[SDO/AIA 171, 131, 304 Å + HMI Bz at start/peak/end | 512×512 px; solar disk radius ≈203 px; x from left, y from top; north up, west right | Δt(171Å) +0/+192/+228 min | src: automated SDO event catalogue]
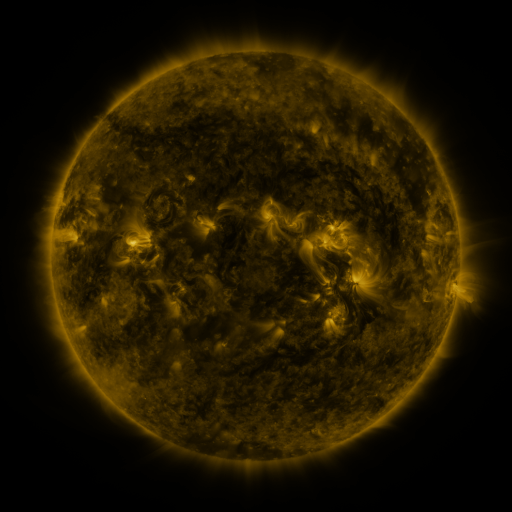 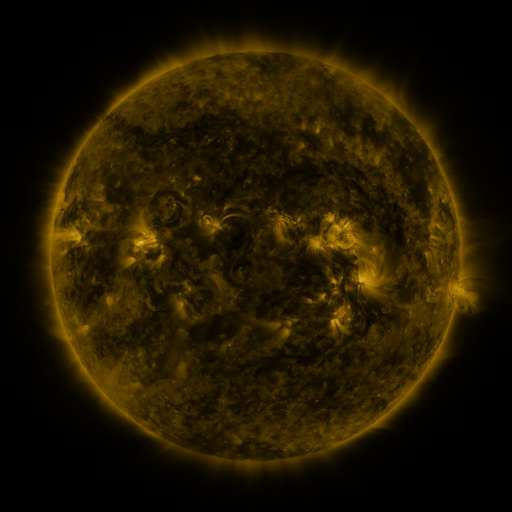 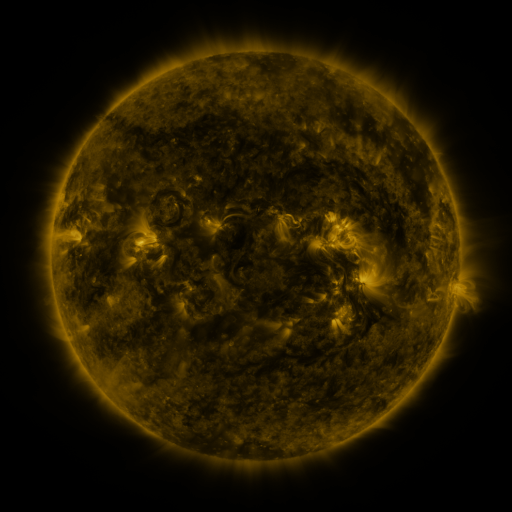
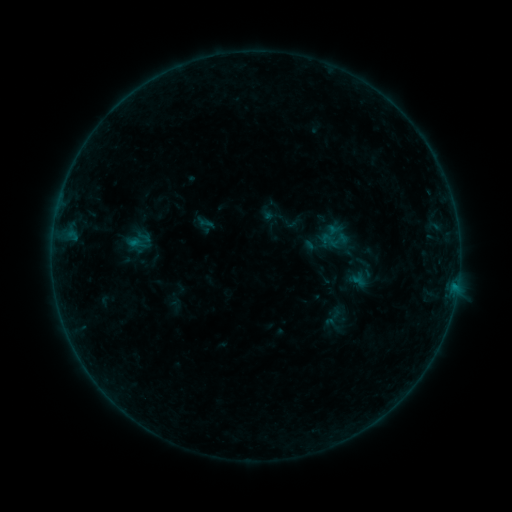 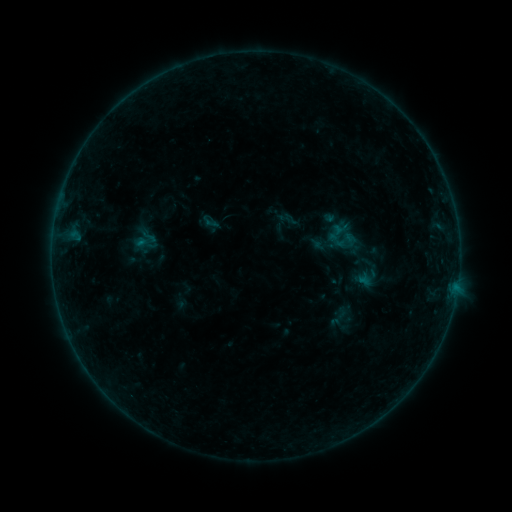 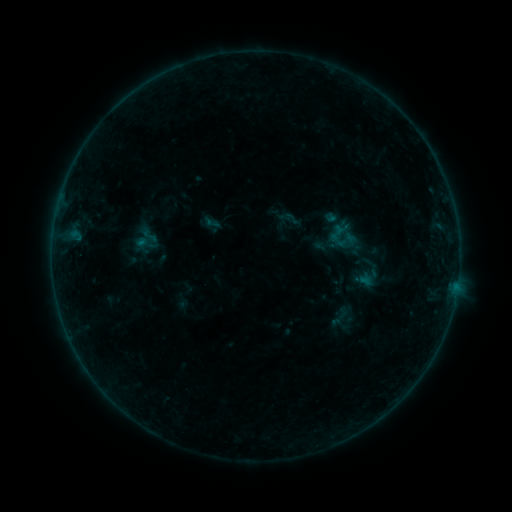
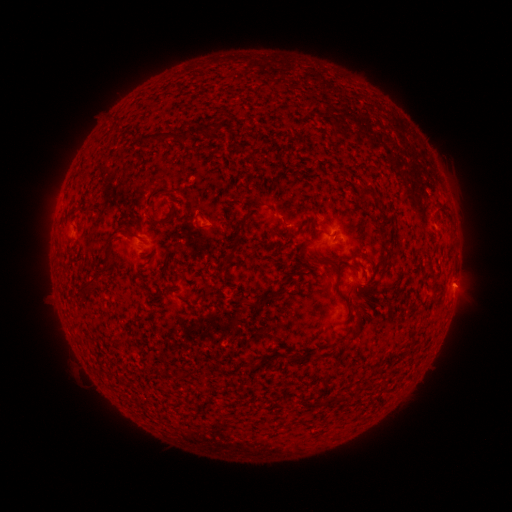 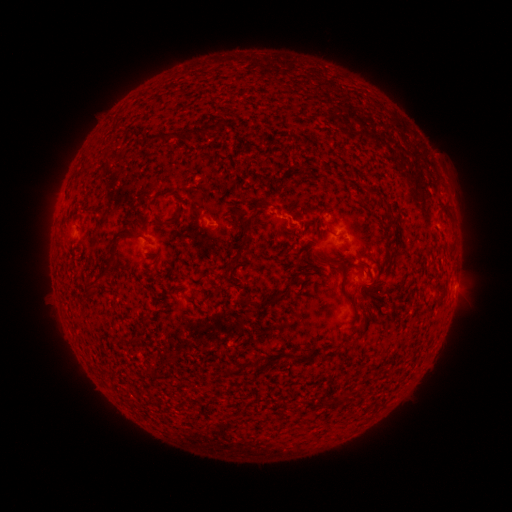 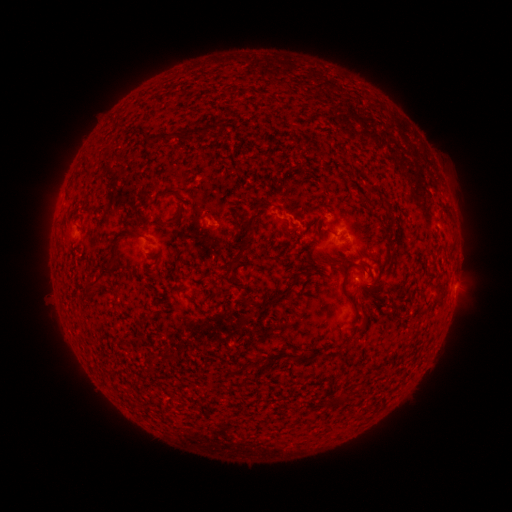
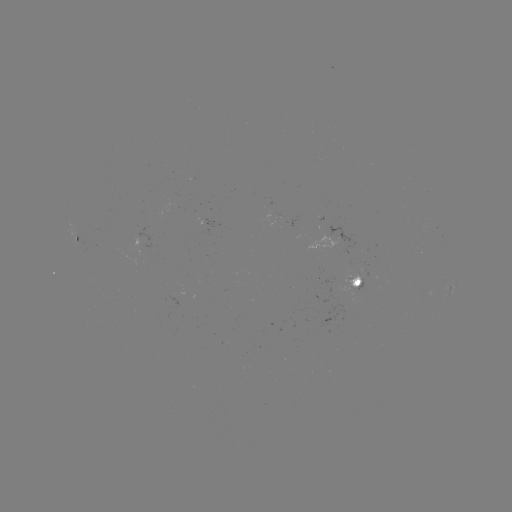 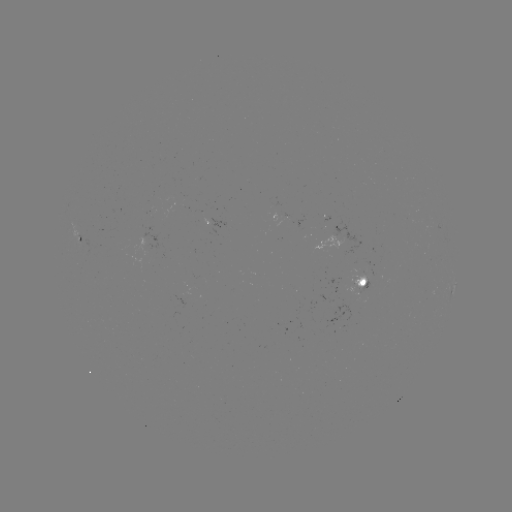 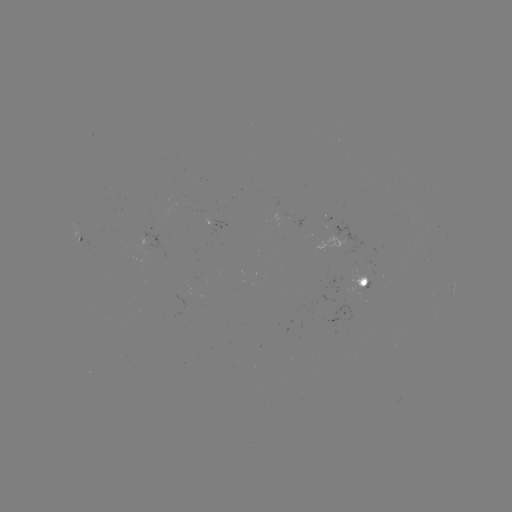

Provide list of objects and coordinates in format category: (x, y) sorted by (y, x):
emerging-flux region: (358, 280)
